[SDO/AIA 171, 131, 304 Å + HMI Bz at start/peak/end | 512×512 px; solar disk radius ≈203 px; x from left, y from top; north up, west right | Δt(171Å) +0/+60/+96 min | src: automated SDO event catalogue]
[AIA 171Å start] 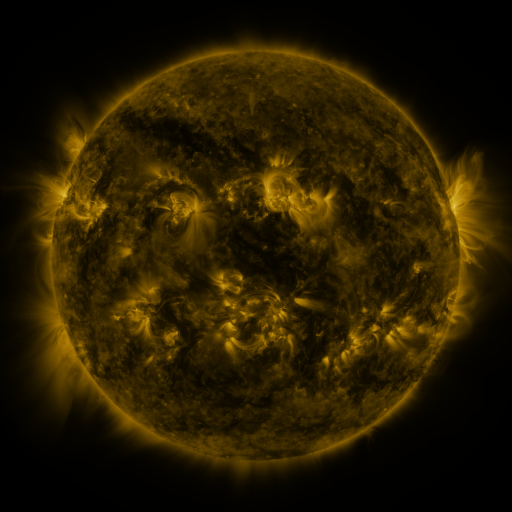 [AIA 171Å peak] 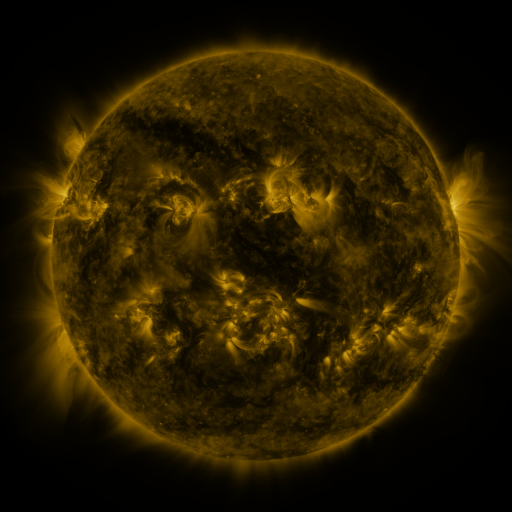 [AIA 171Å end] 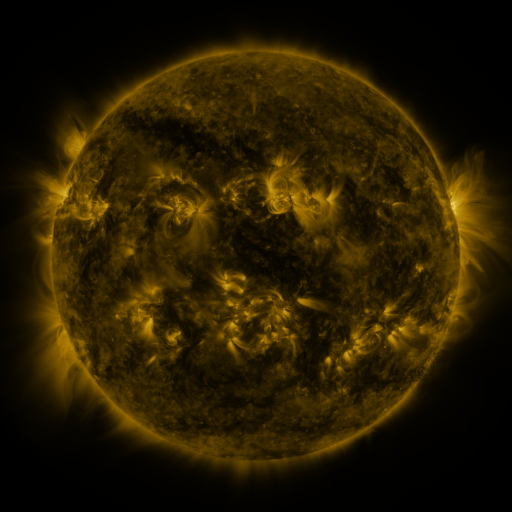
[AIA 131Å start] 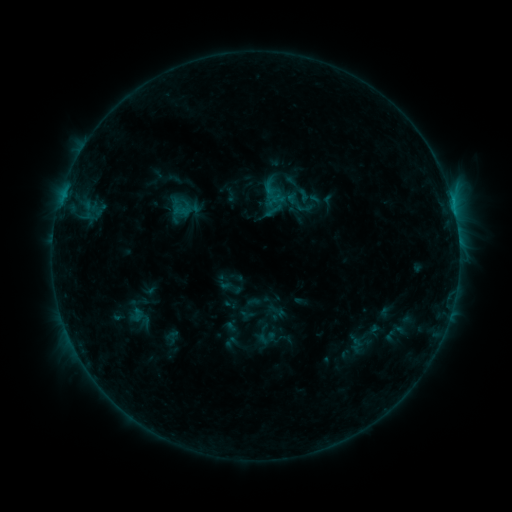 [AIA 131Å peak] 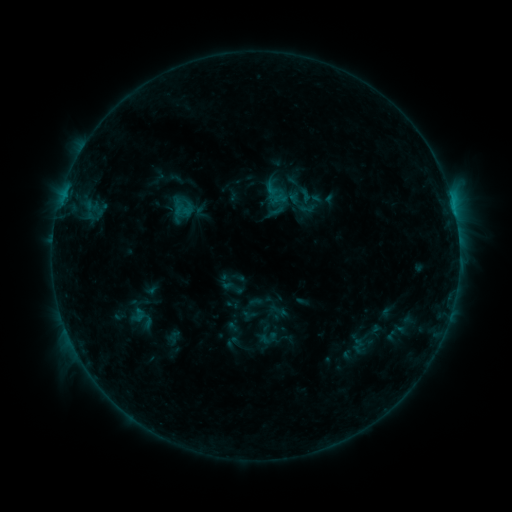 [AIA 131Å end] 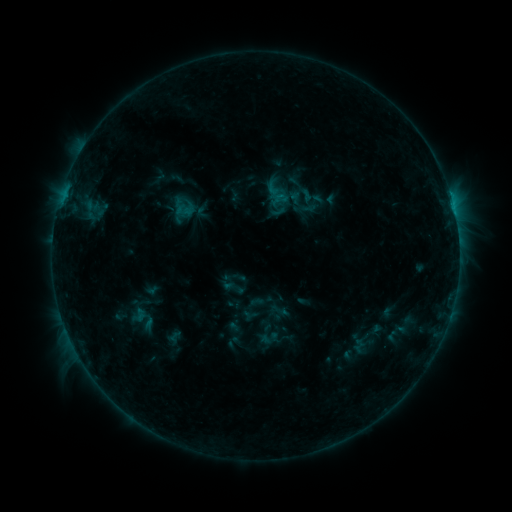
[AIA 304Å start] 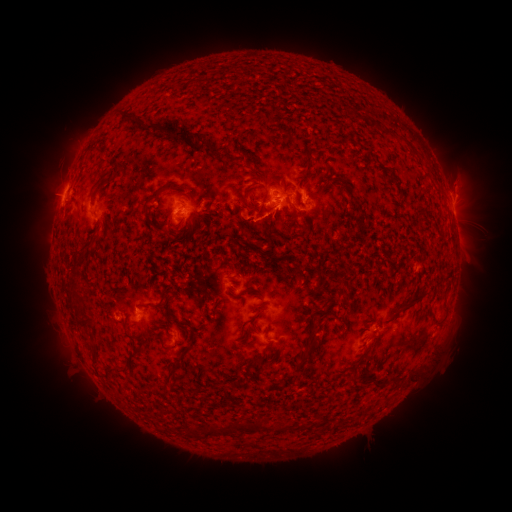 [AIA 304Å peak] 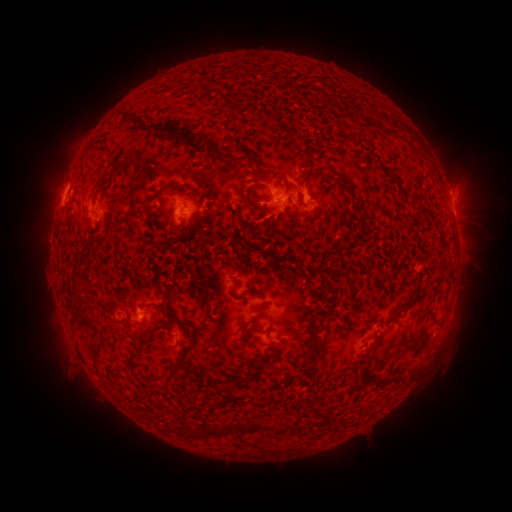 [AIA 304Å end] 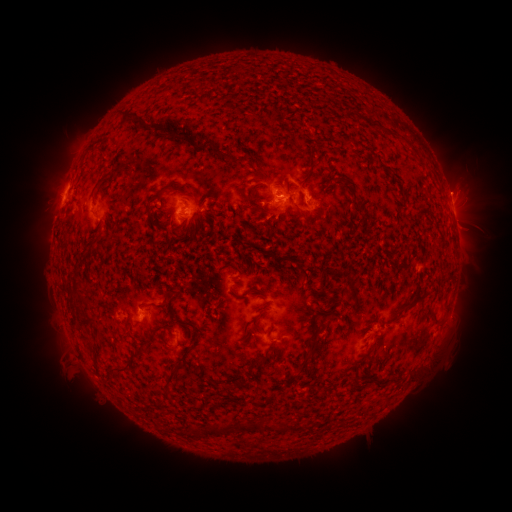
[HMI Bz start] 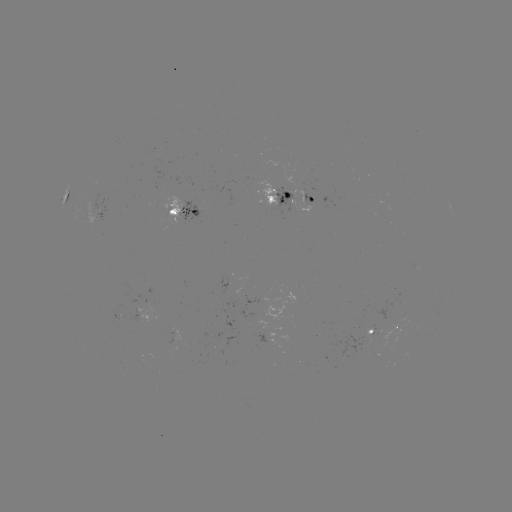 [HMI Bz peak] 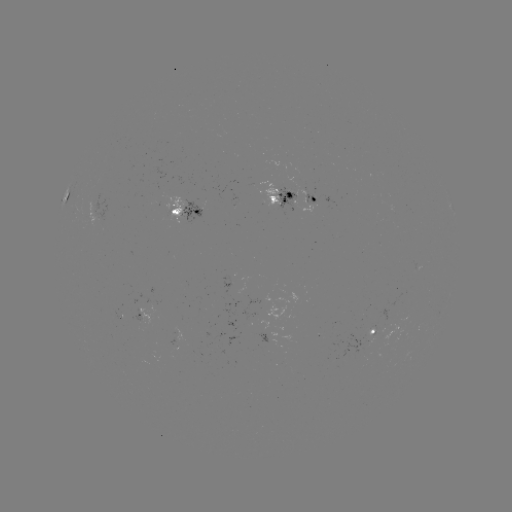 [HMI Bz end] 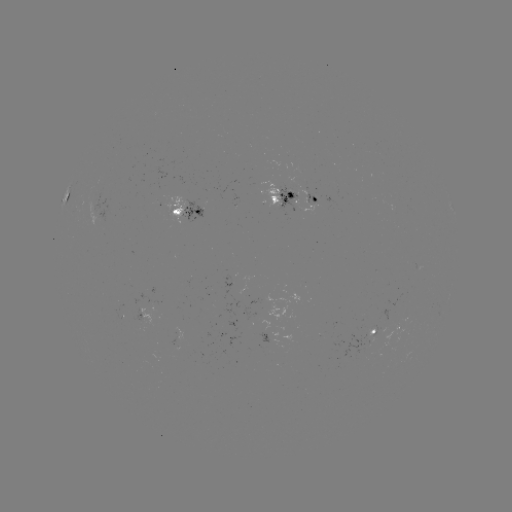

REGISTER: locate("emerging-flux region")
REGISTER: (251, 315)